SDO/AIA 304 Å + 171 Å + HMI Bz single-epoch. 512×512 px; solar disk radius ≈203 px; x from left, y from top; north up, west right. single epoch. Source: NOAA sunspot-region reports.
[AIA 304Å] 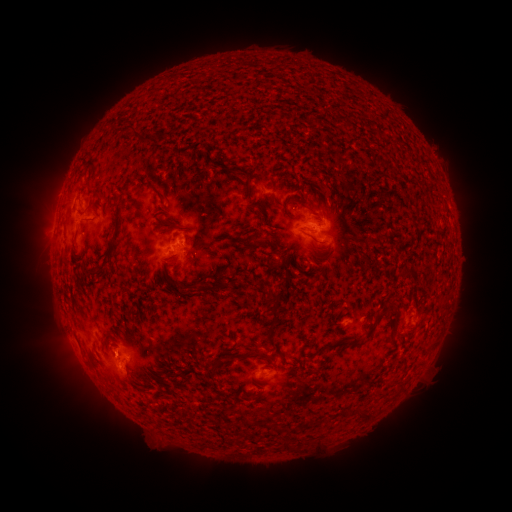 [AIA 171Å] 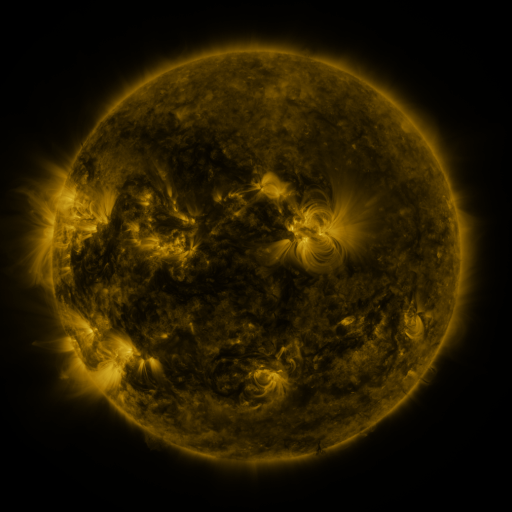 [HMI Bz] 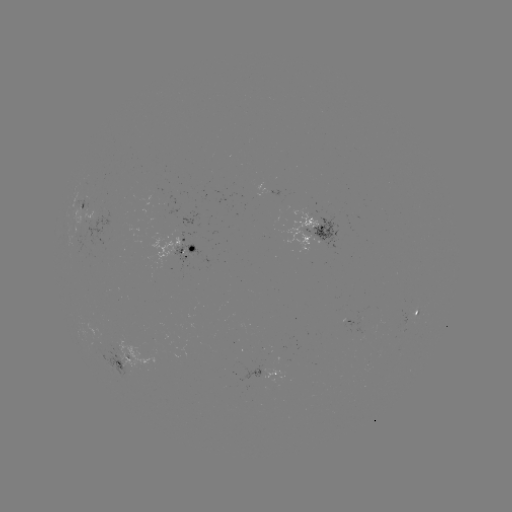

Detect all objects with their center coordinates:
spotted active region: (282, 198)
spotted active region: (82, 212)
spotted active region: (320, 232)
spotted active region: (186, 250)
spotted active region: (417, 309)
spotted active region: (122, 357)
spotted active region: (277, 374)
